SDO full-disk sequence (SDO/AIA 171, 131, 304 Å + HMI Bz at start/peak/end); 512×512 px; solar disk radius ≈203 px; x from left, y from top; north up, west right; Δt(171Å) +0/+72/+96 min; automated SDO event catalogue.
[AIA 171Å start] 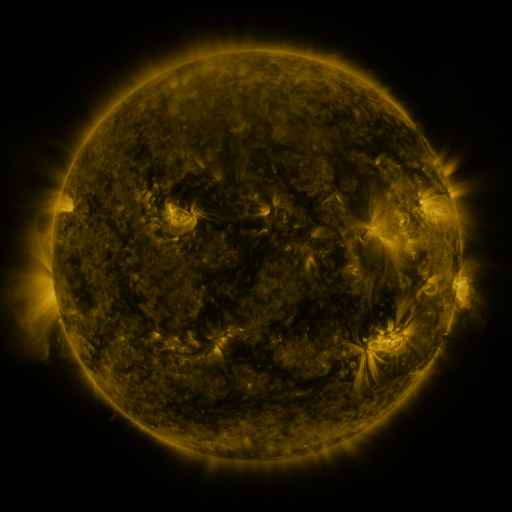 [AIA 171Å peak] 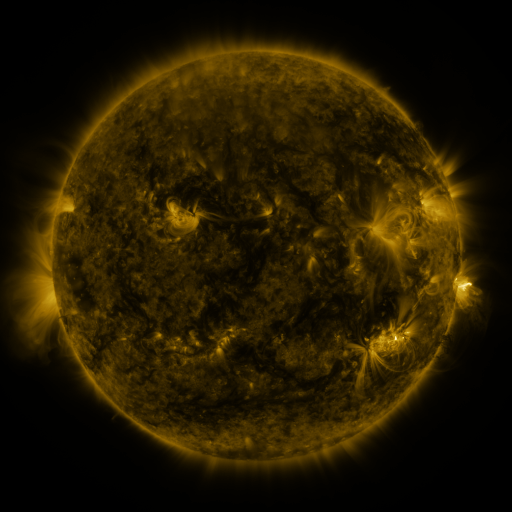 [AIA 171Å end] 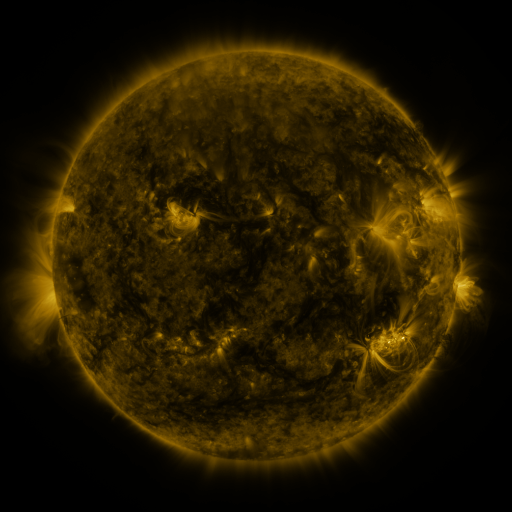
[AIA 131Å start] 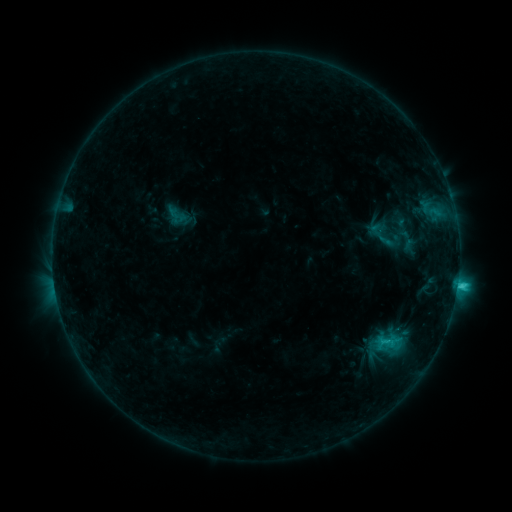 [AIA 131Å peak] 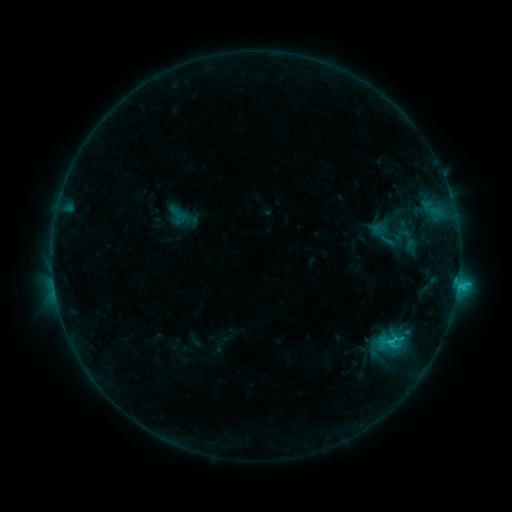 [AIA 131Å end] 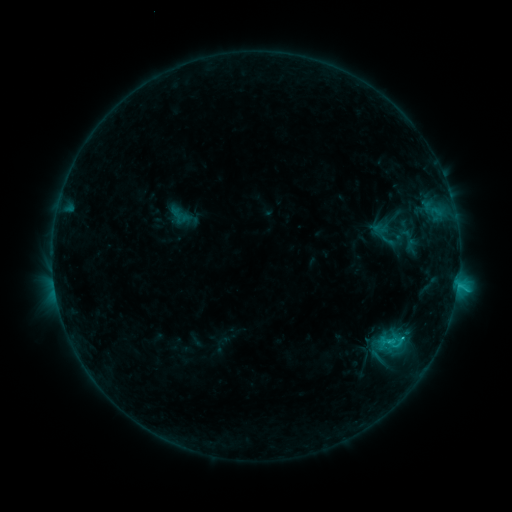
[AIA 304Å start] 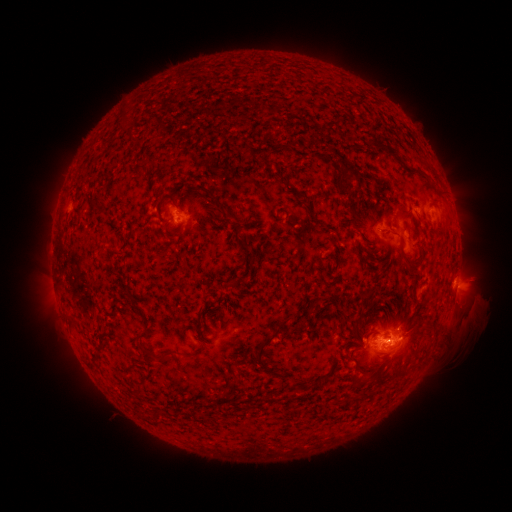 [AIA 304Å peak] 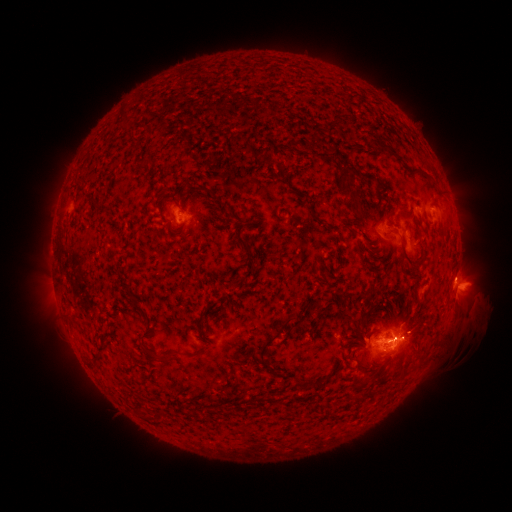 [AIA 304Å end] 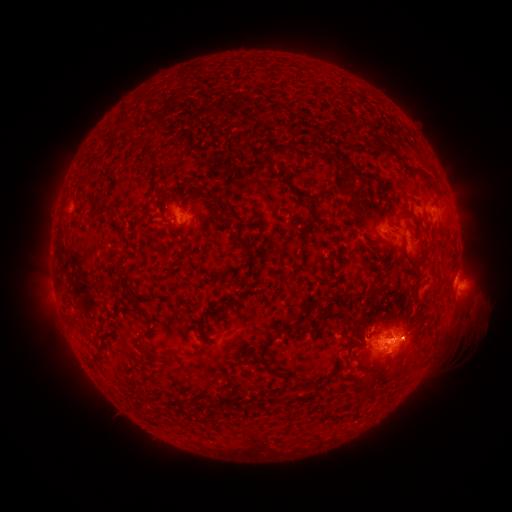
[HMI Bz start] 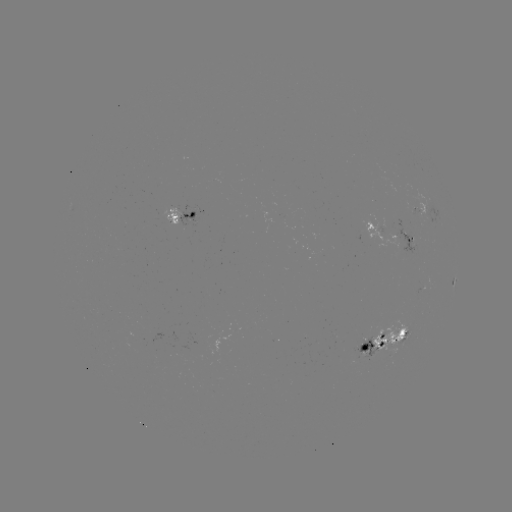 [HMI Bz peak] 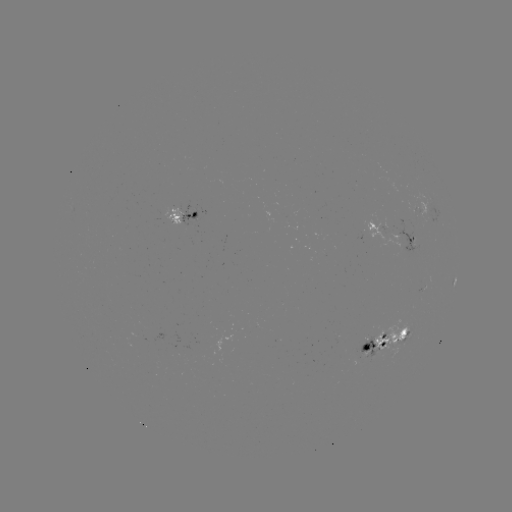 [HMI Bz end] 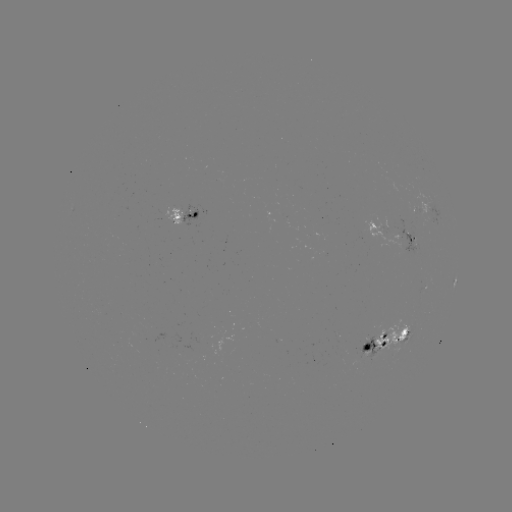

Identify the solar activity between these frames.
emerging-flux region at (411, 240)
